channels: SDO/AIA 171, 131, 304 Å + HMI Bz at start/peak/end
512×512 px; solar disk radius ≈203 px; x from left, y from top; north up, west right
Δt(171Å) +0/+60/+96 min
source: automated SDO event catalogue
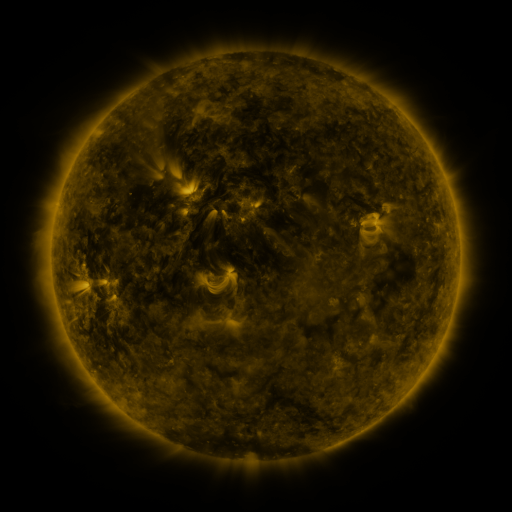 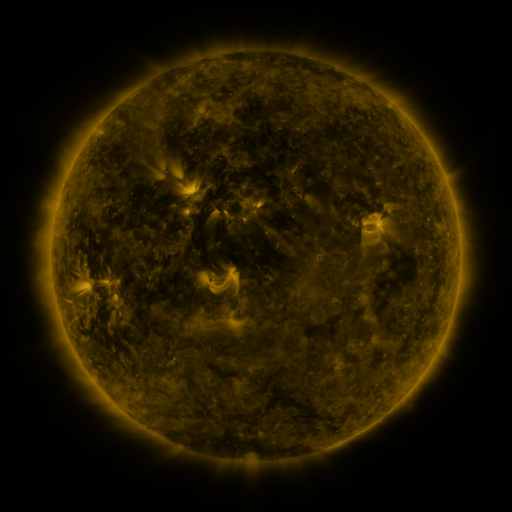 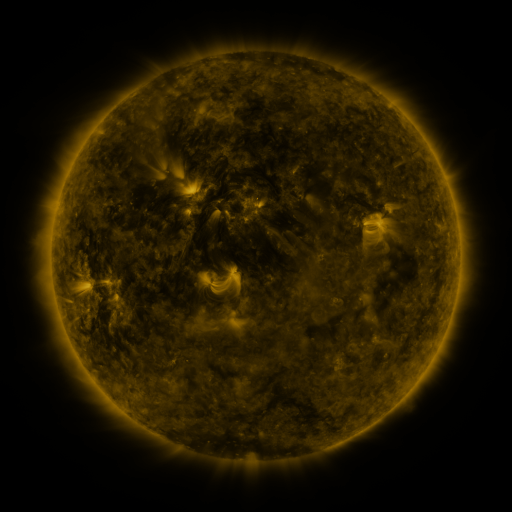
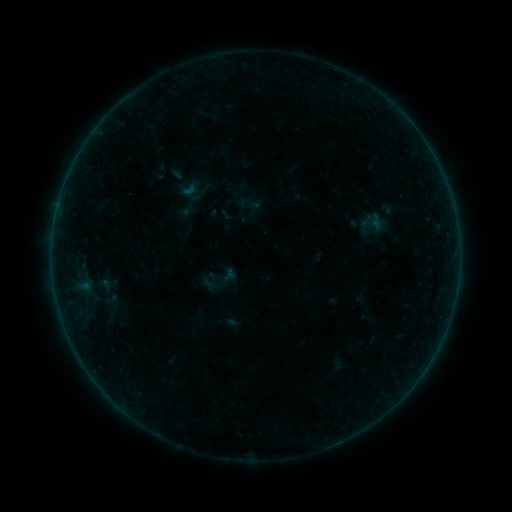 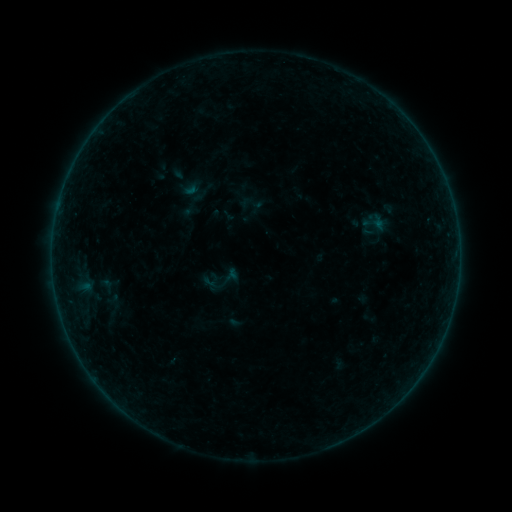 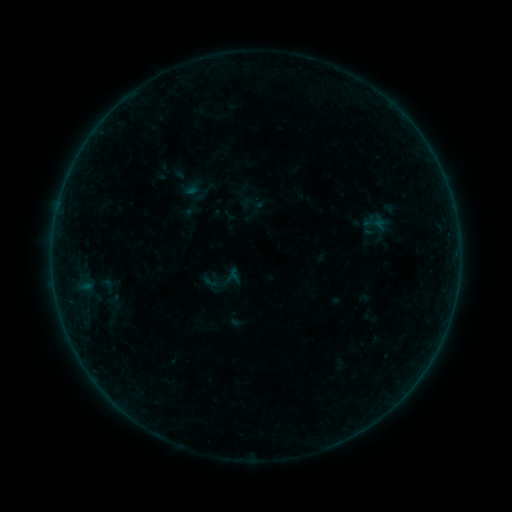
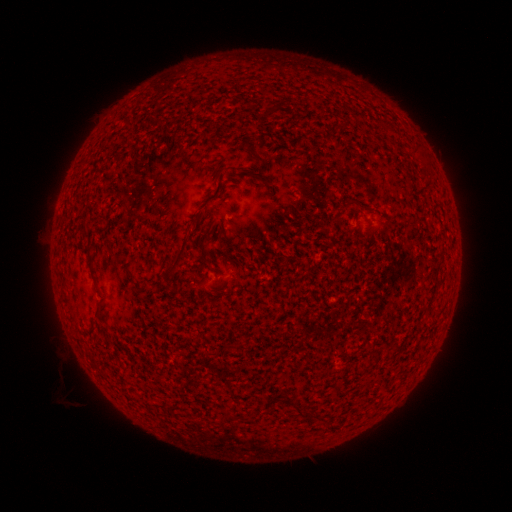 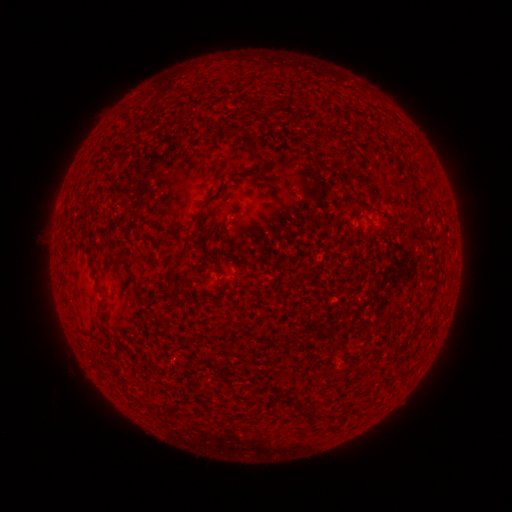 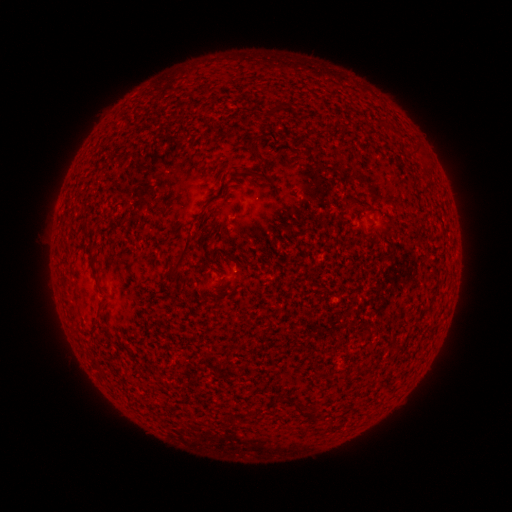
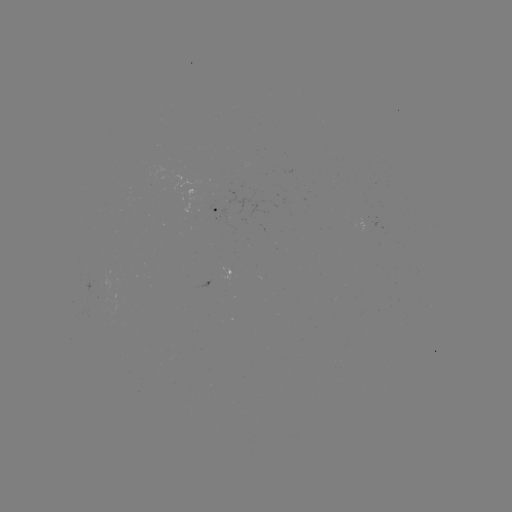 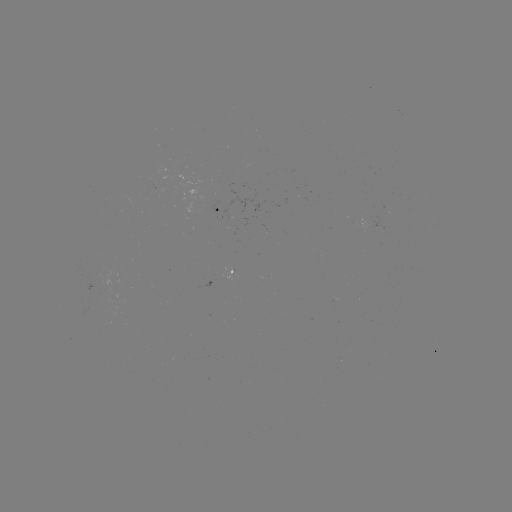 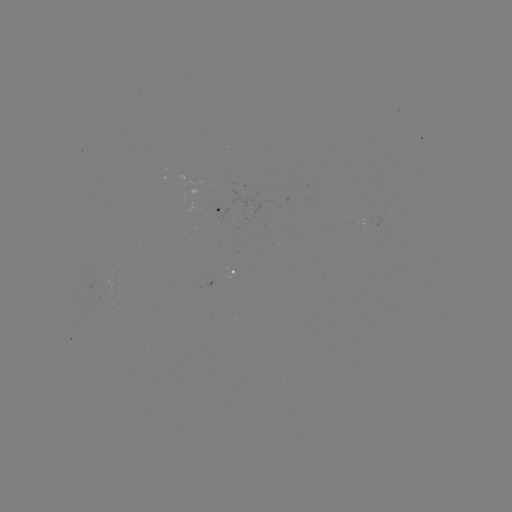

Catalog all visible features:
emerging-flux region: (205, 200)
